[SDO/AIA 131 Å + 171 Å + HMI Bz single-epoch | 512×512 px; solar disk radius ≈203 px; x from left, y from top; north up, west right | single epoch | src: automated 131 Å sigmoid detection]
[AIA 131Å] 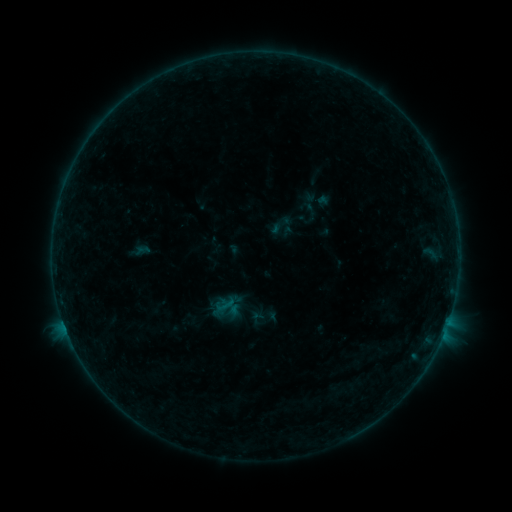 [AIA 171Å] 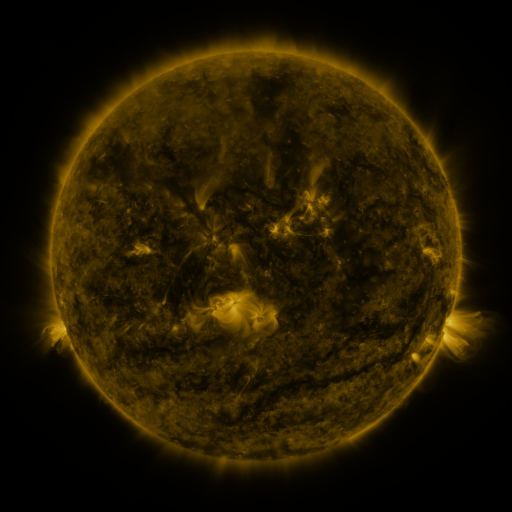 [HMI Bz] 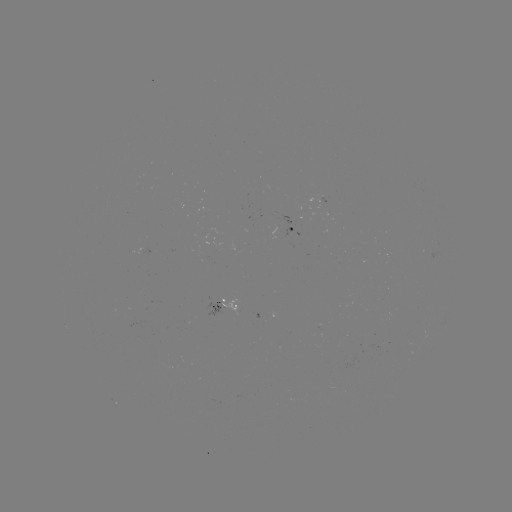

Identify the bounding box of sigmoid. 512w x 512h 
[266, 211, 296, 239].